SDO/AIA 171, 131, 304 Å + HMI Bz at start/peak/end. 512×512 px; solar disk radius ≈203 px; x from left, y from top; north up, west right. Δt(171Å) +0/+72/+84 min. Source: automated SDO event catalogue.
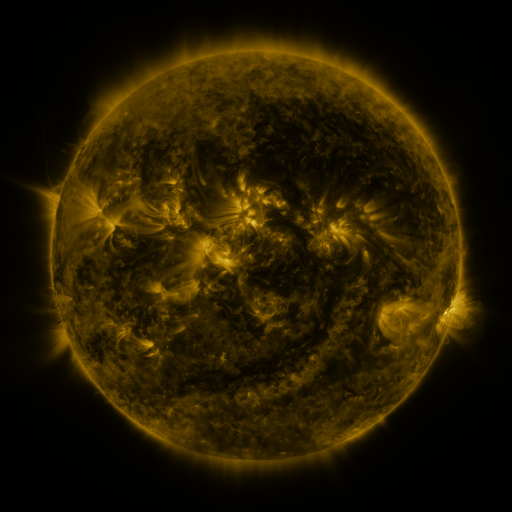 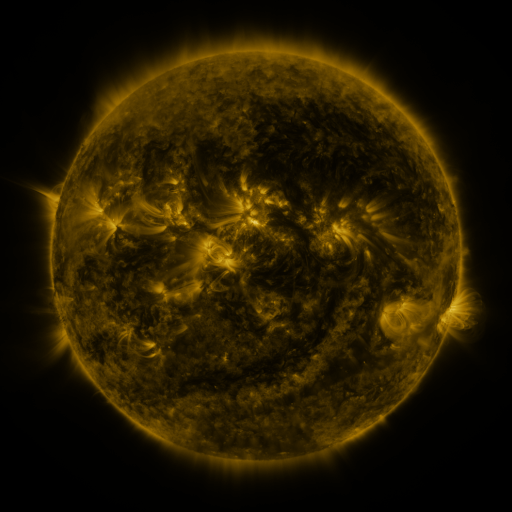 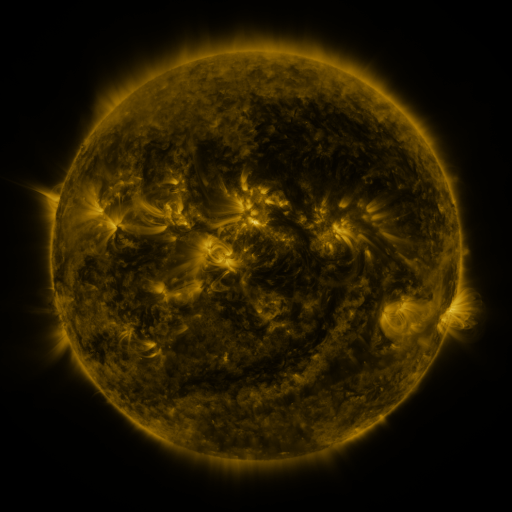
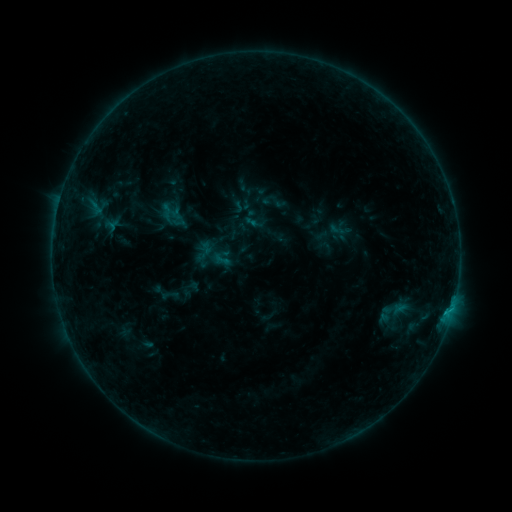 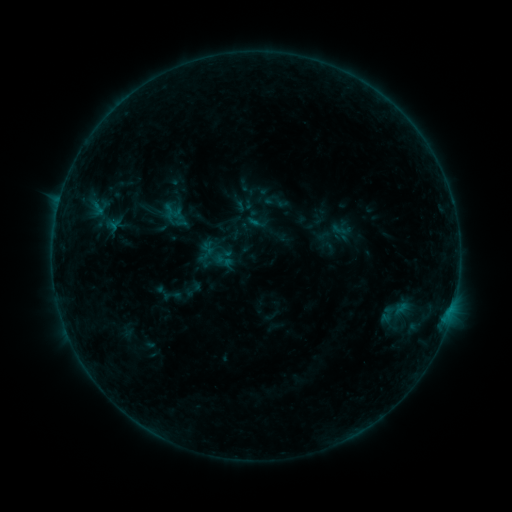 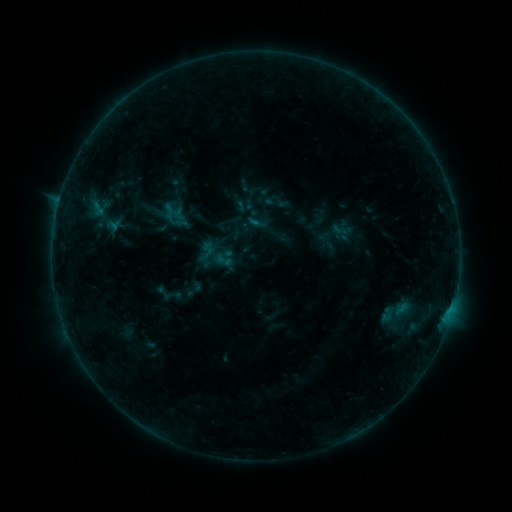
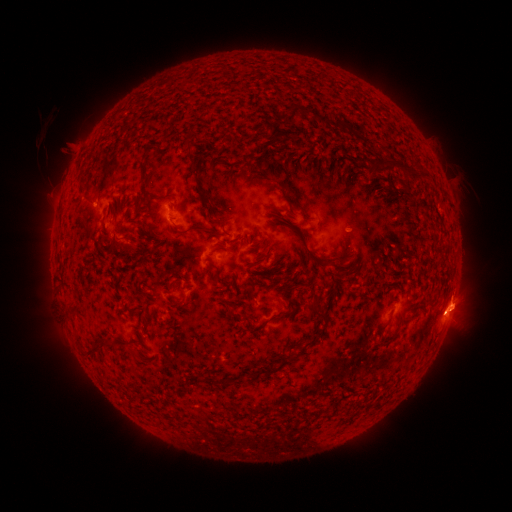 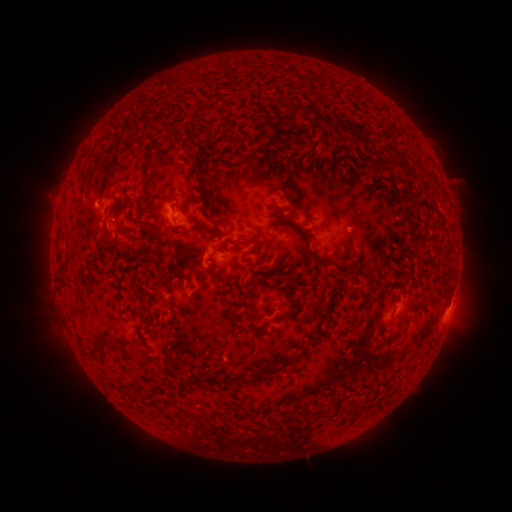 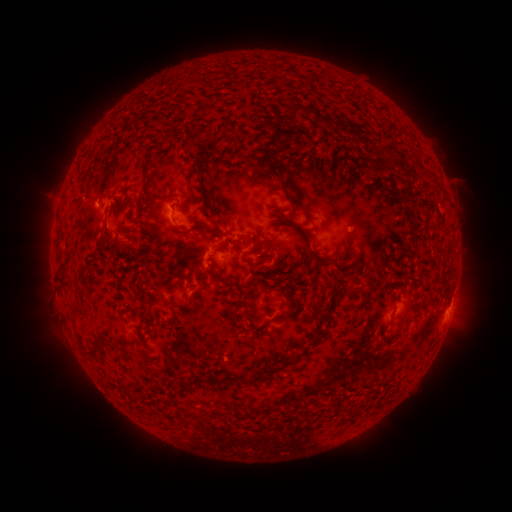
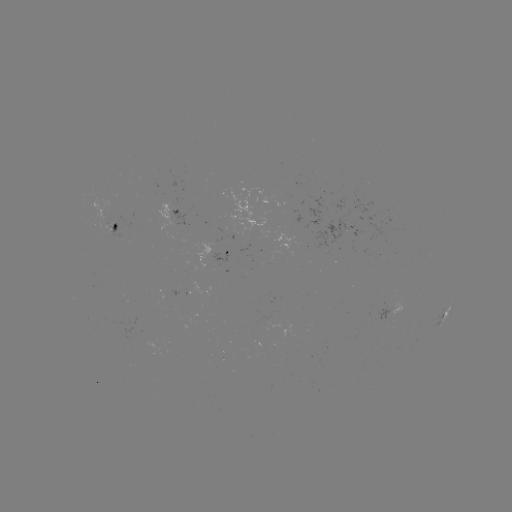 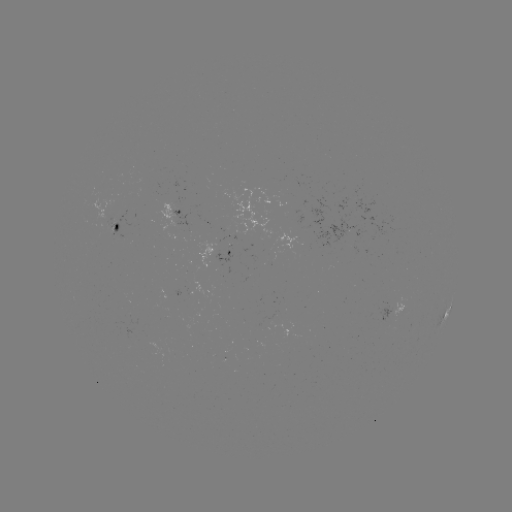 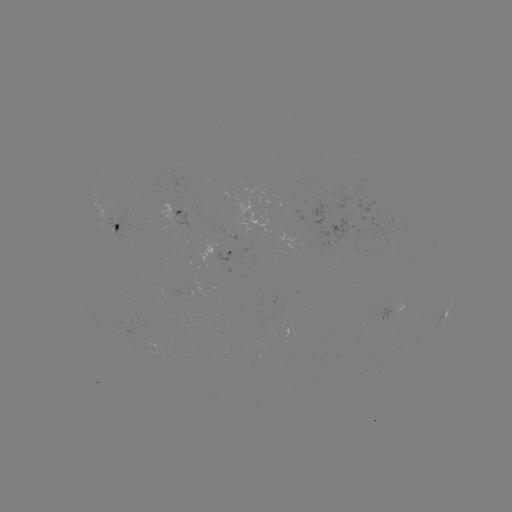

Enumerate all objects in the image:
emerging-flux region: (114, 225)
